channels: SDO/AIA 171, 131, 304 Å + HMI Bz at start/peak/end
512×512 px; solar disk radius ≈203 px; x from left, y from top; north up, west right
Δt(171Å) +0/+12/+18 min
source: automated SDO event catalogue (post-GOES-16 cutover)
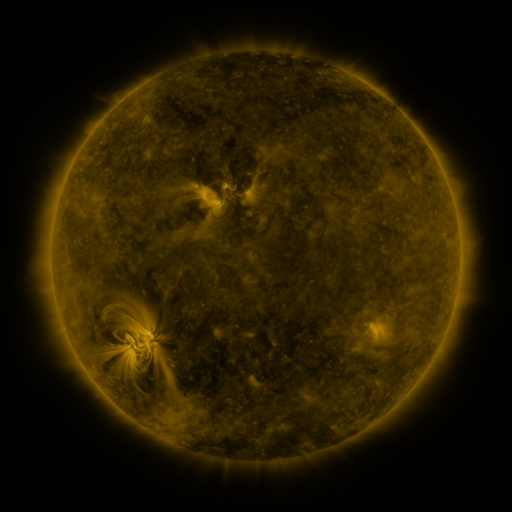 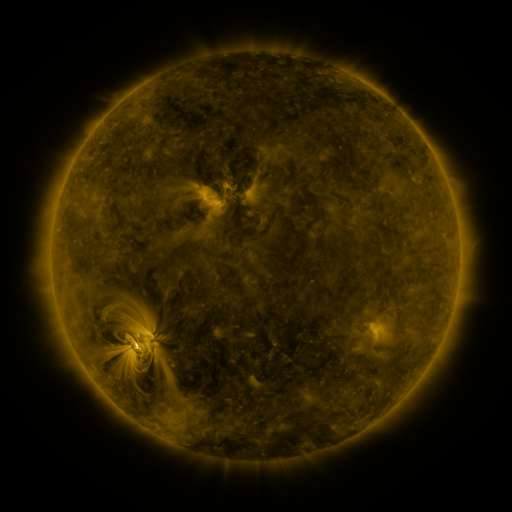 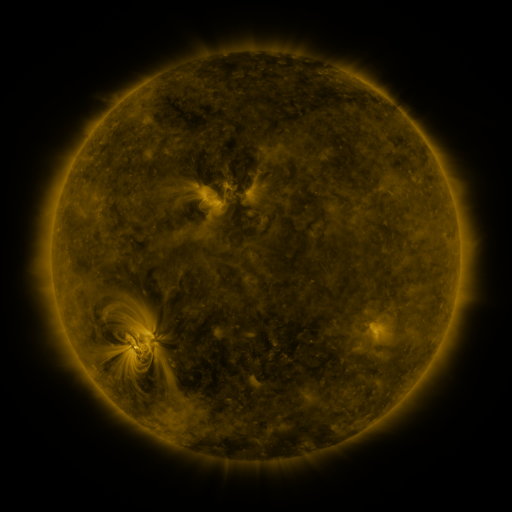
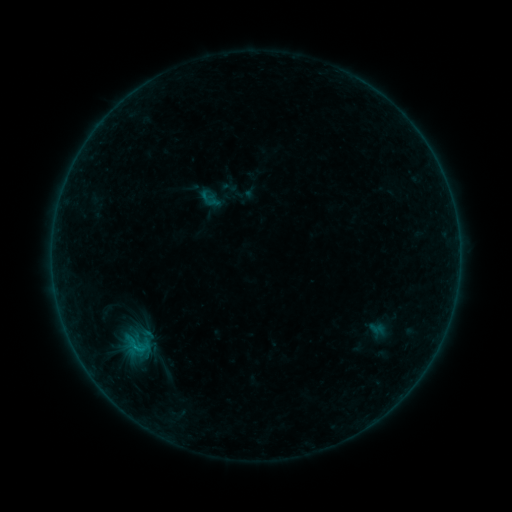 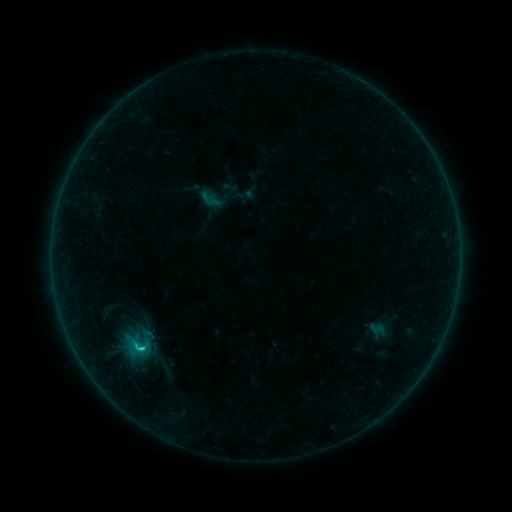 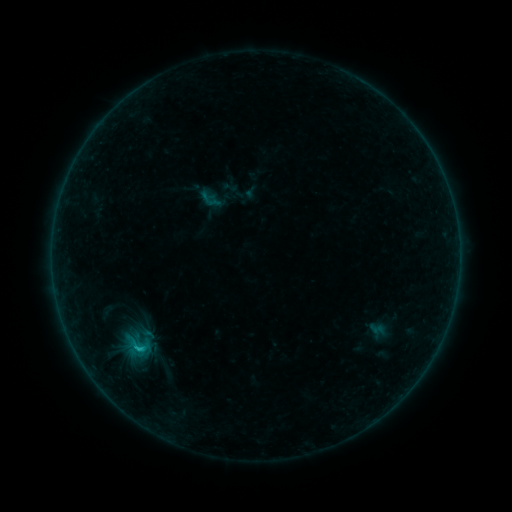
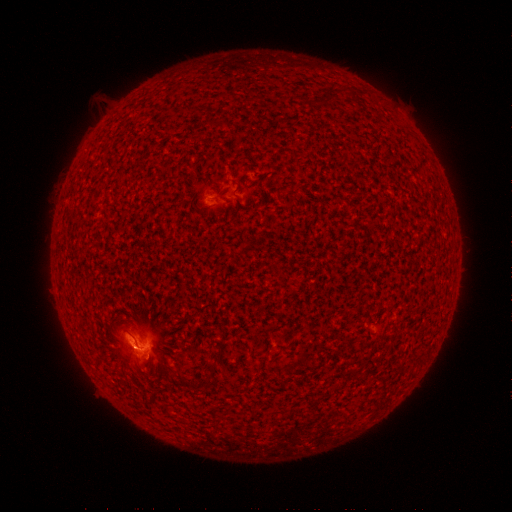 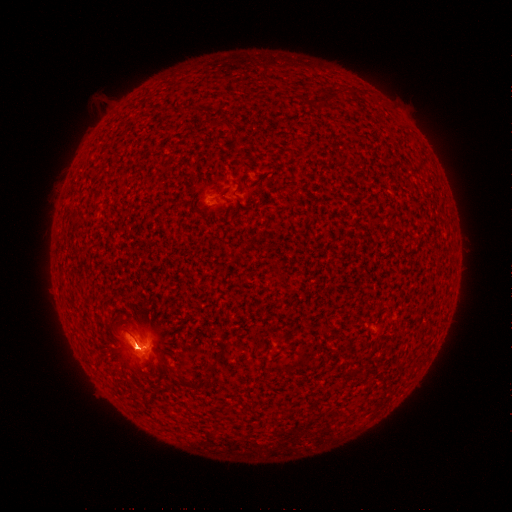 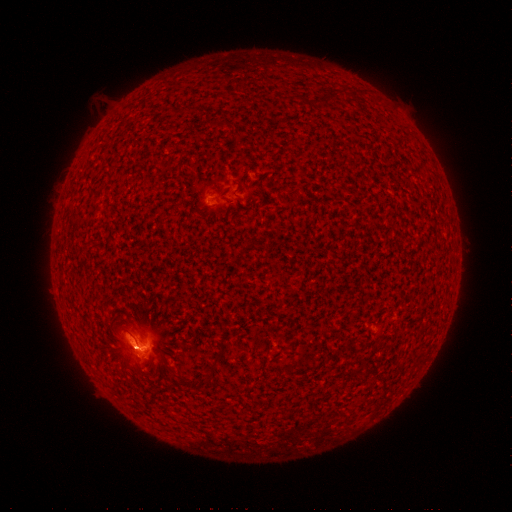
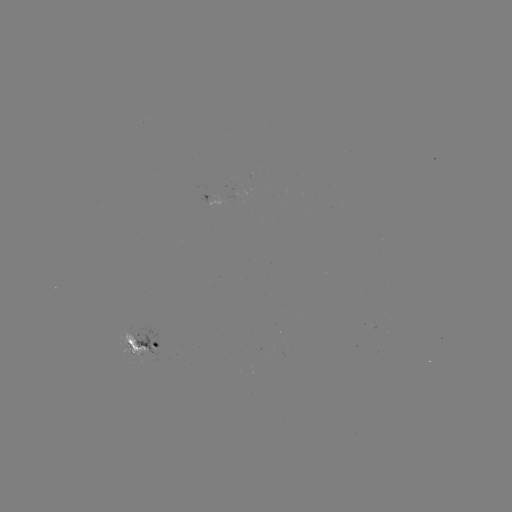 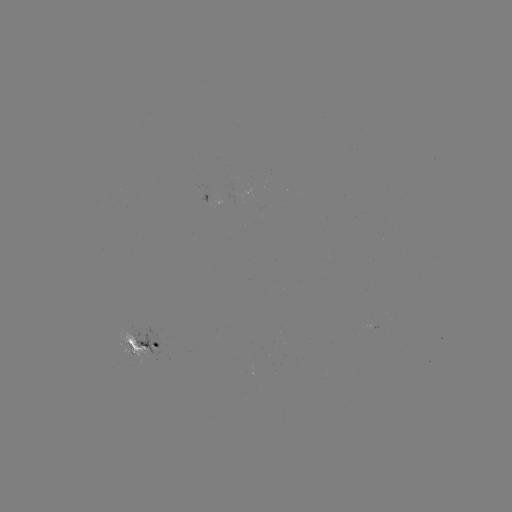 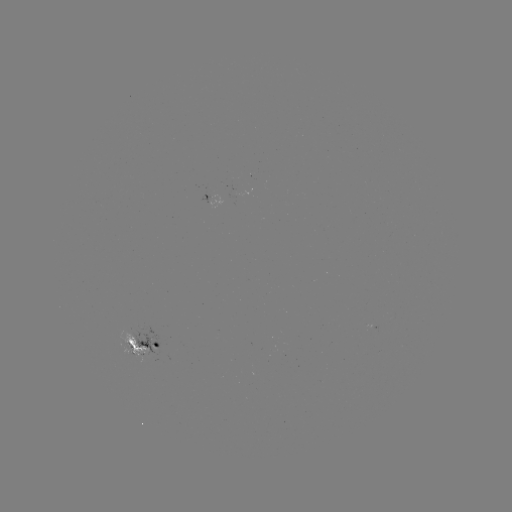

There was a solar flare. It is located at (143, 348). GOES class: C1.3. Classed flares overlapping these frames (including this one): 1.